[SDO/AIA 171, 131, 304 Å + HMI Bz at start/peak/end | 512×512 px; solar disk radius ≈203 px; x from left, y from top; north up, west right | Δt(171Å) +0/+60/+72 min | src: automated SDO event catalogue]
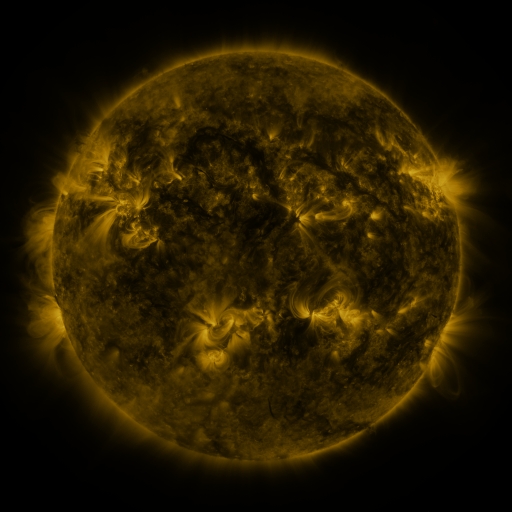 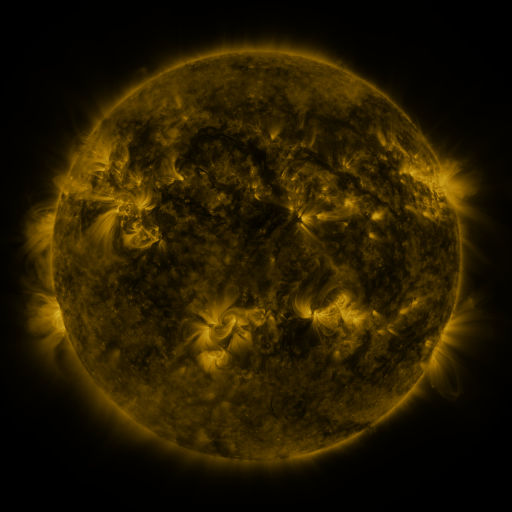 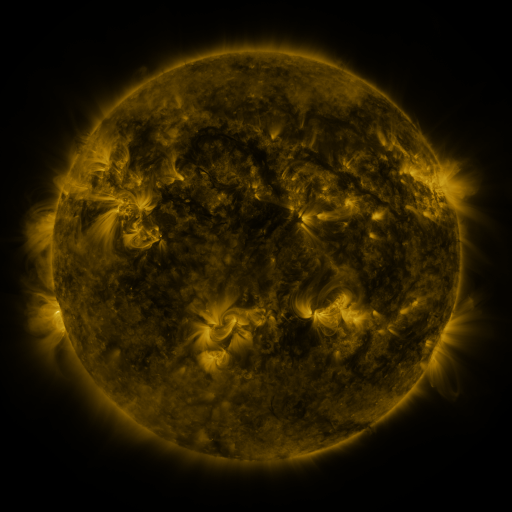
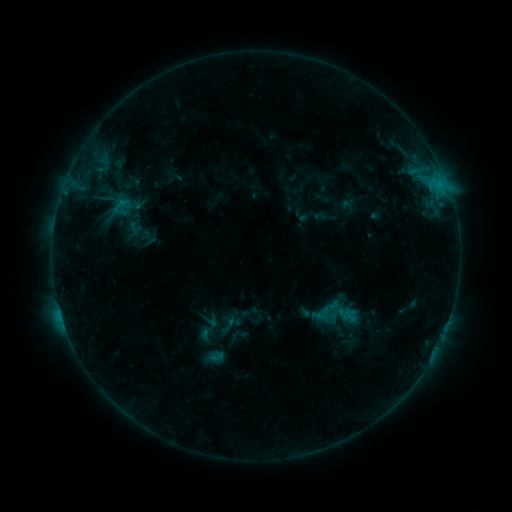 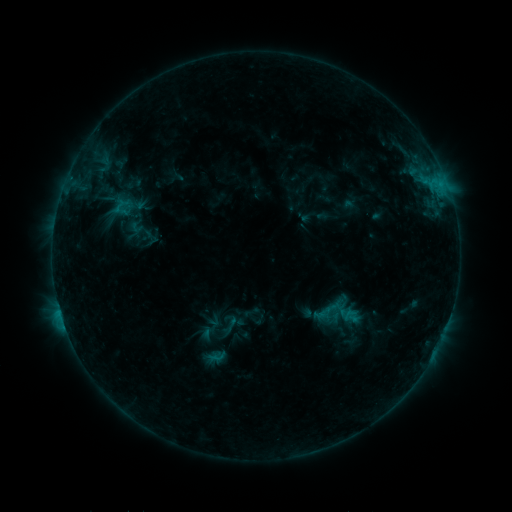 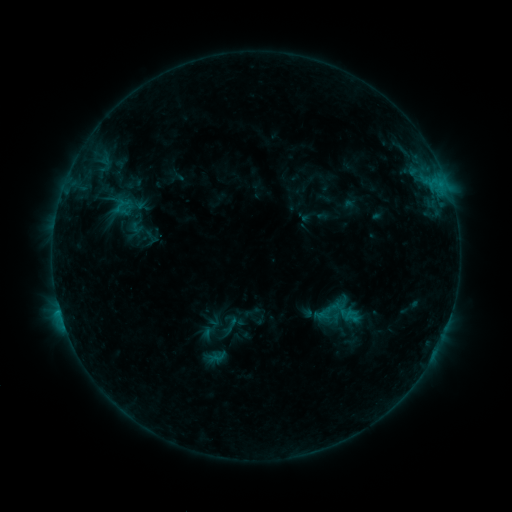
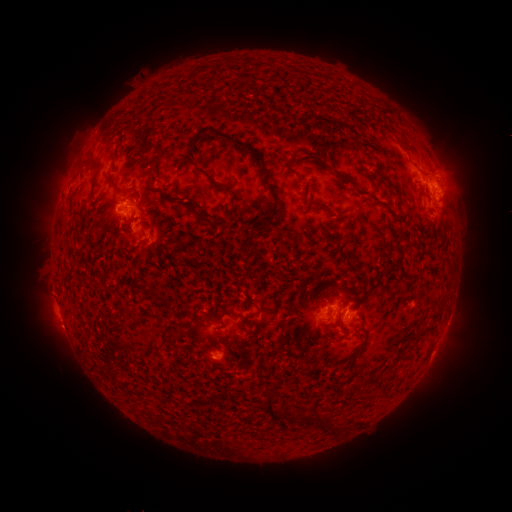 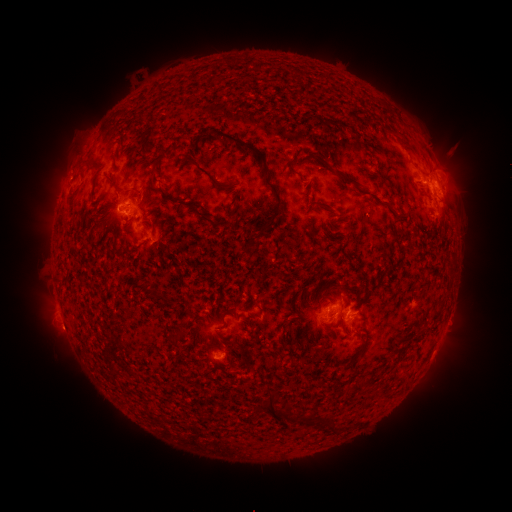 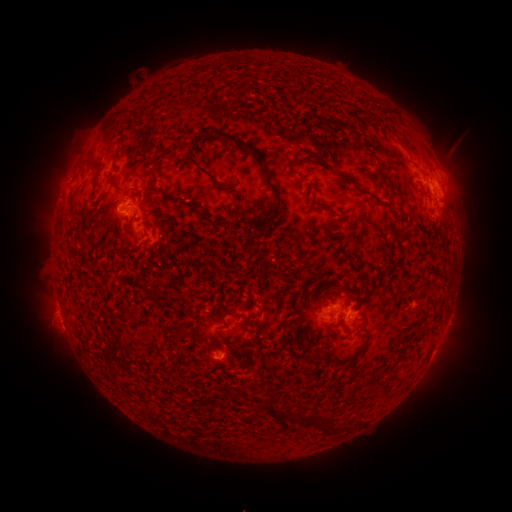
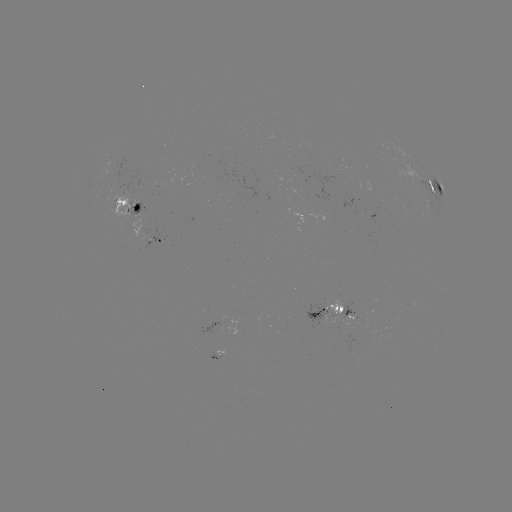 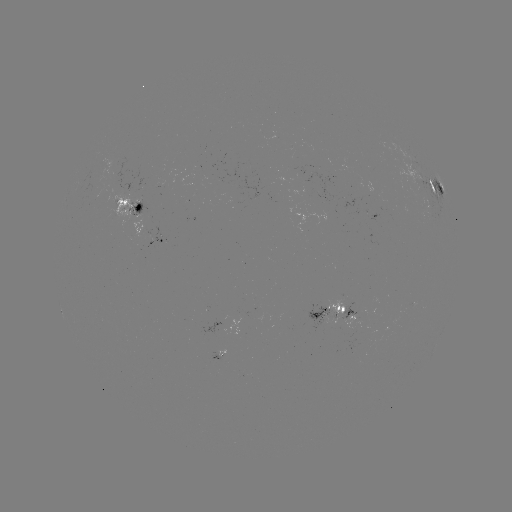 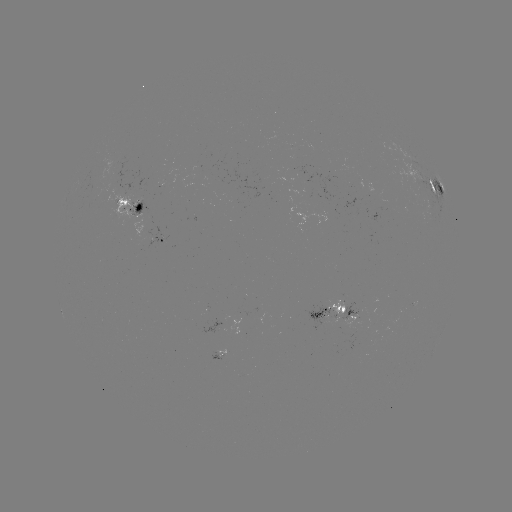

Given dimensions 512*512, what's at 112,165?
emerging-flux region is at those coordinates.